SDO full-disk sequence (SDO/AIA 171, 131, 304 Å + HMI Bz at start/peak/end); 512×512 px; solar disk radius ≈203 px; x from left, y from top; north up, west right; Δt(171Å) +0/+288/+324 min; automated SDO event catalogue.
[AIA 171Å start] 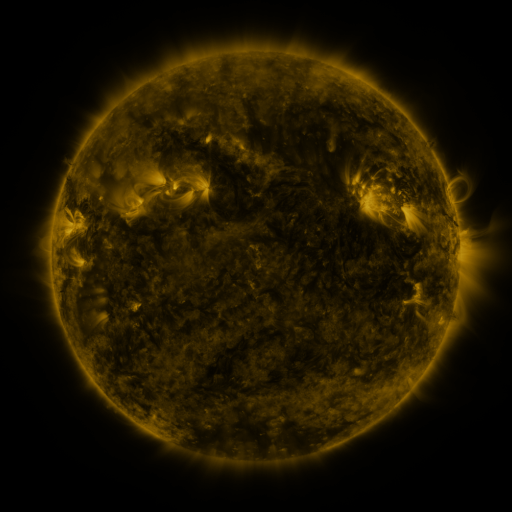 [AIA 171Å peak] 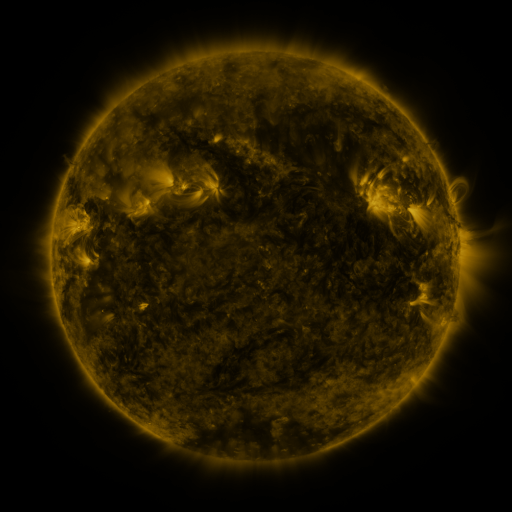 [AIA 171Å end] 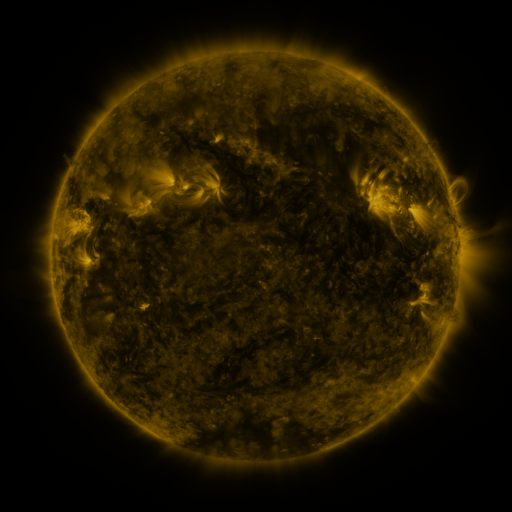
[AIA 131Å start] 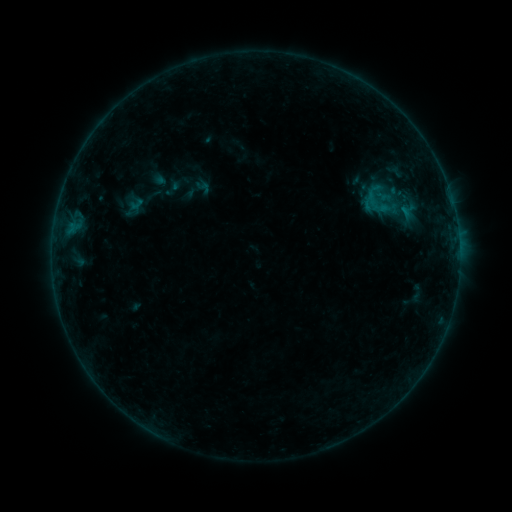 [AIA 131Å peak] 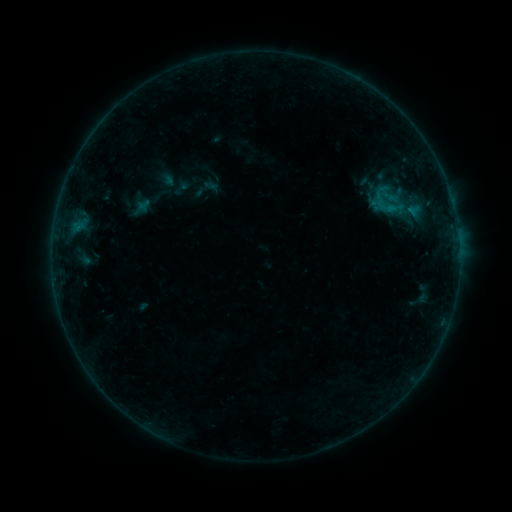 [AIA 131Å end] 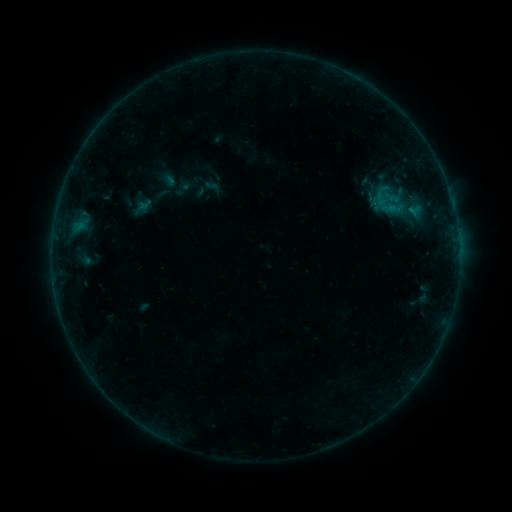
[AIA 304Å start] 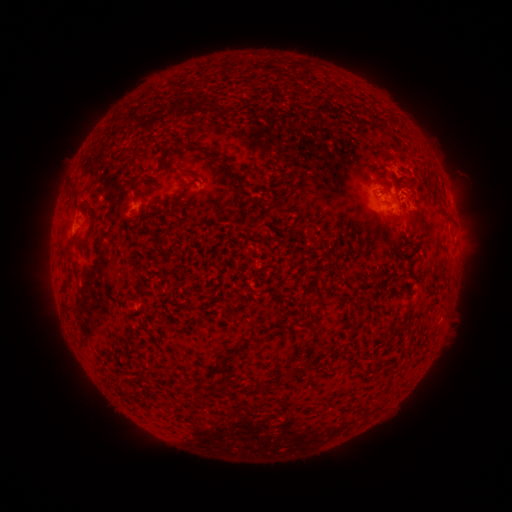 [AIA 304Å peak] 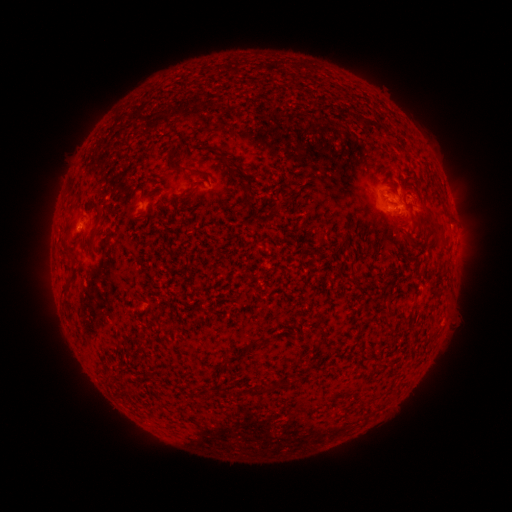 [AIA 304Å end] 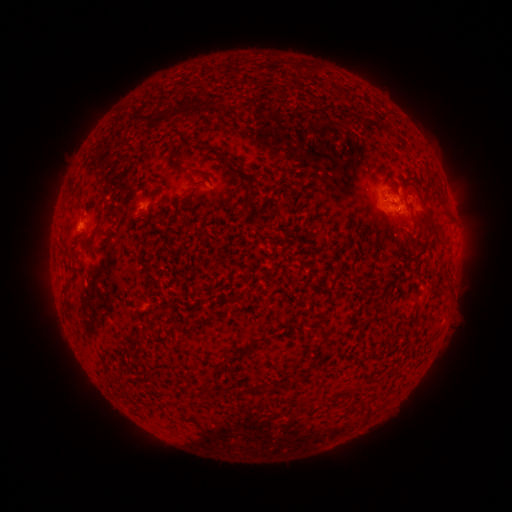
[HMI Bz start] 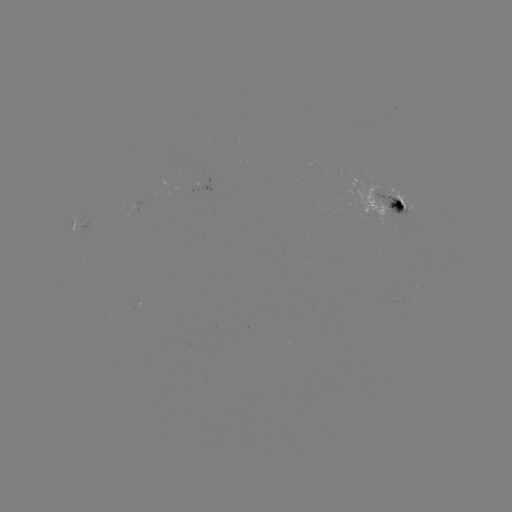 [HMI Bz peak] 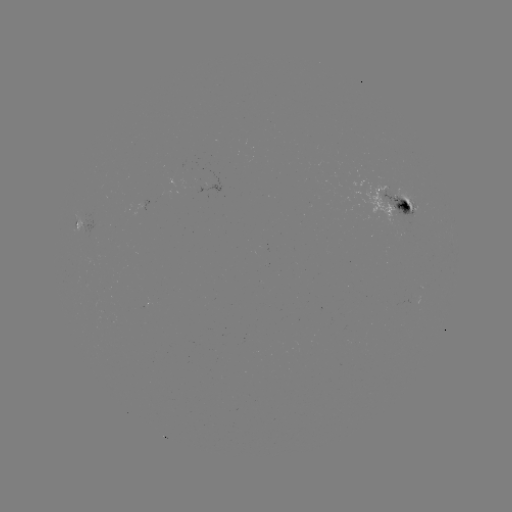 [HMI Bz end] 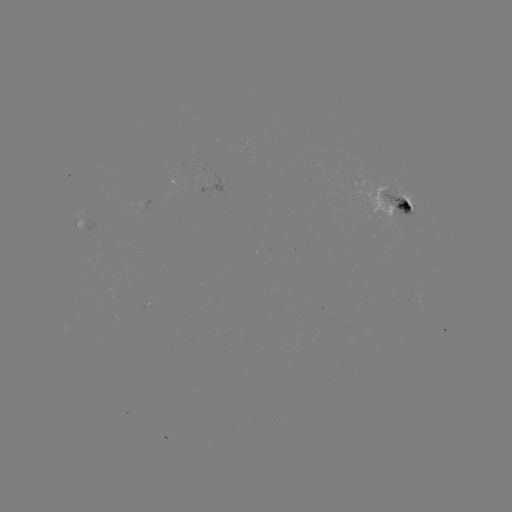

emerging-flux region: (377, 185, 425, 226)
